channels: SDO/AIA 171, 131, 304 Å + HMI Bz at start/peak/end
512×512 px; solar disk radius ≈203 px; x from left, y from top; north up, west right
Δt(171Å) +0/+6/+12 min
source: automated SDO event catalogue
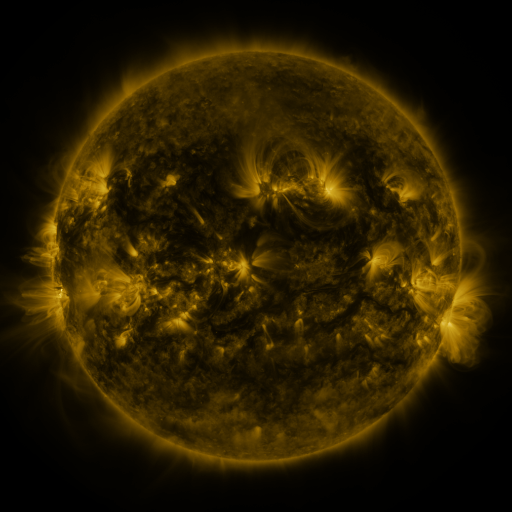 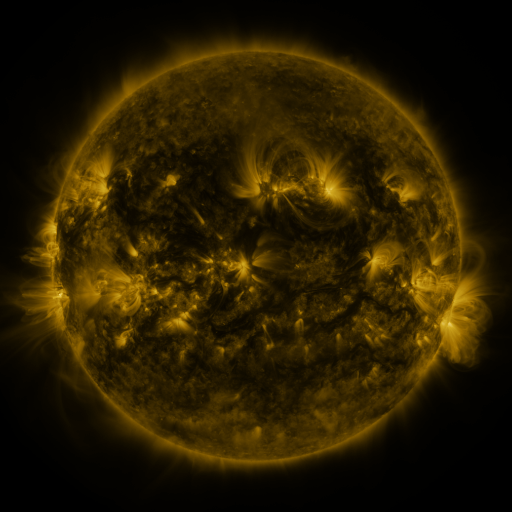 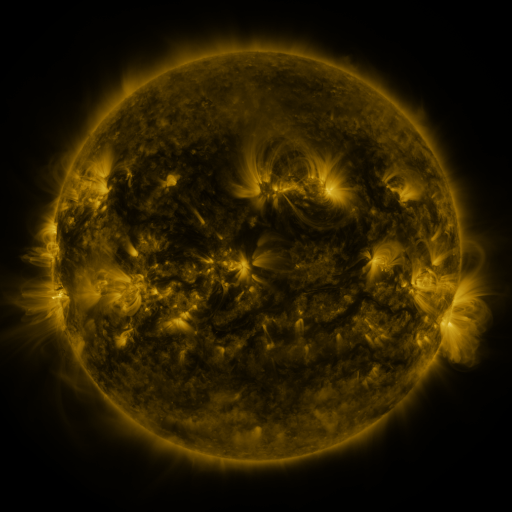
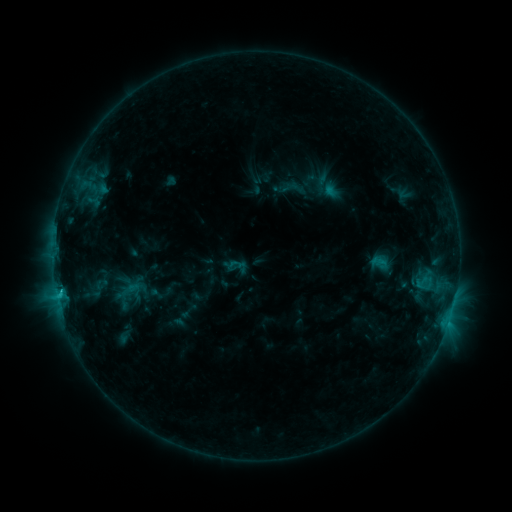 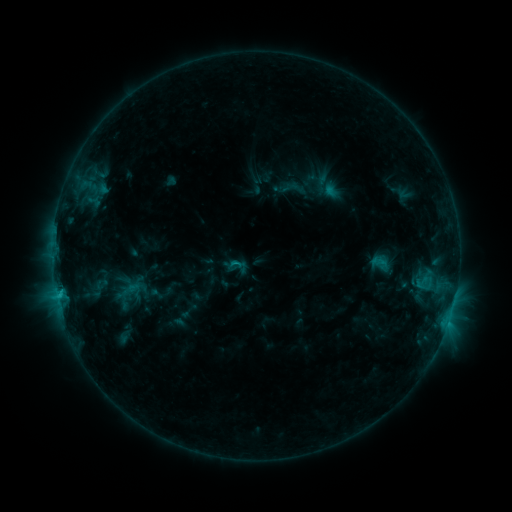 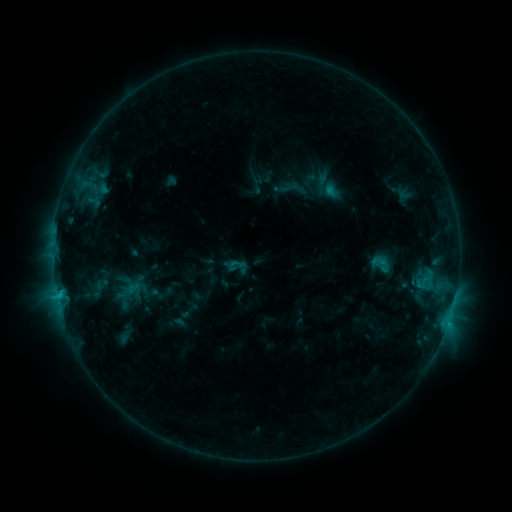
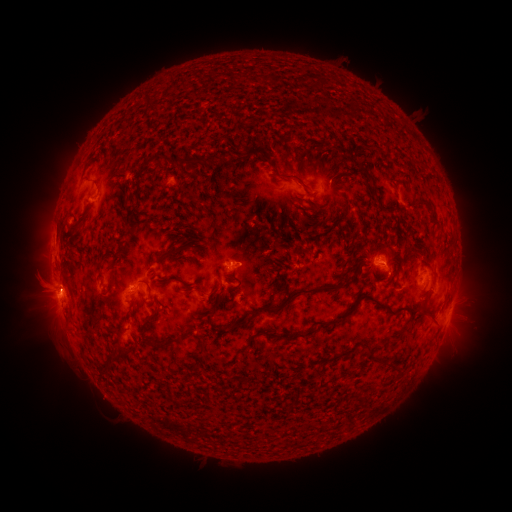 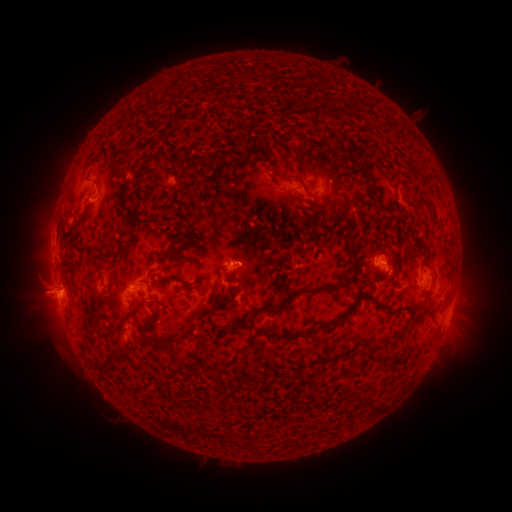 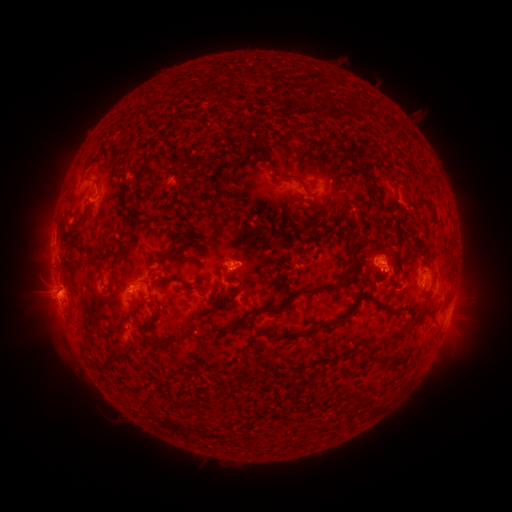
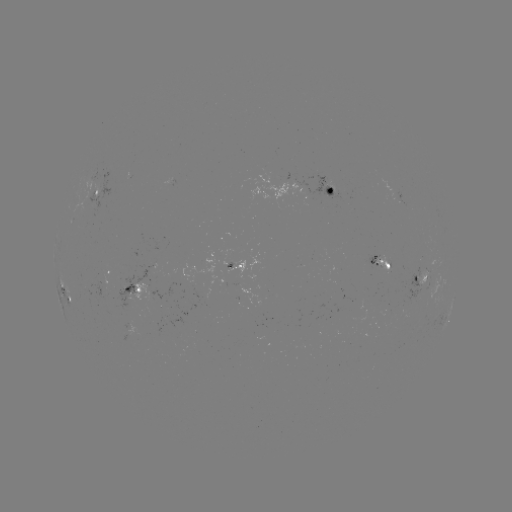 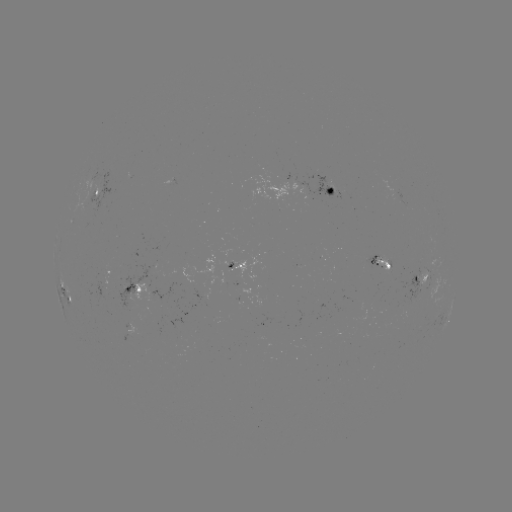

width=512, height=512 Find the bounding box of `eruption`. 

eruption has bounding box [13, 271, 79, 322].